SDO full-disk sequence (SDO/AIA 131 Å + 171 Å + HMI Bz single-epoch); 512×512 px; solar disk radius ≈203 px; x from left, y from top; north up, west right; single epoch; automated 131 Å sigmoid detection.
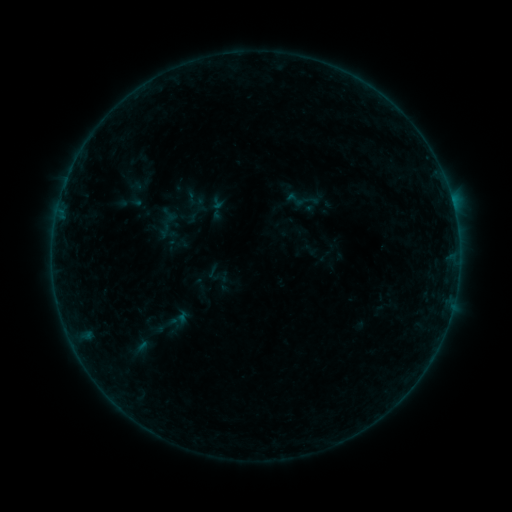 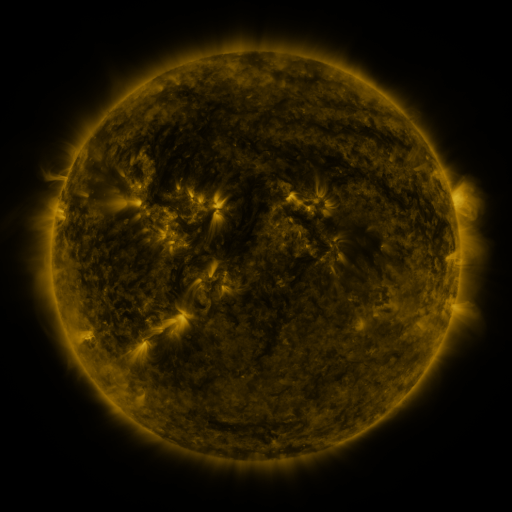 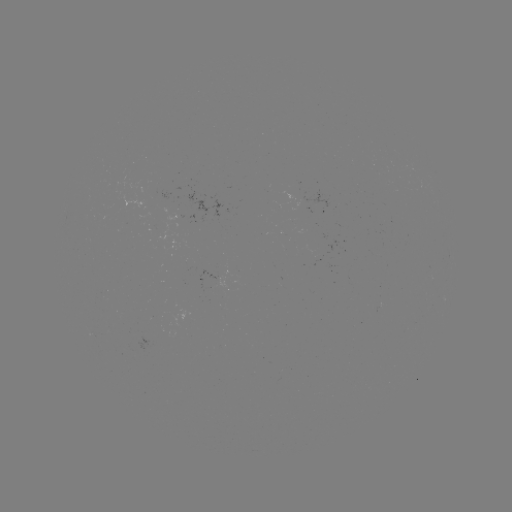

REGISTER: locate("sigmoid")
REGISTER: (295, 199)